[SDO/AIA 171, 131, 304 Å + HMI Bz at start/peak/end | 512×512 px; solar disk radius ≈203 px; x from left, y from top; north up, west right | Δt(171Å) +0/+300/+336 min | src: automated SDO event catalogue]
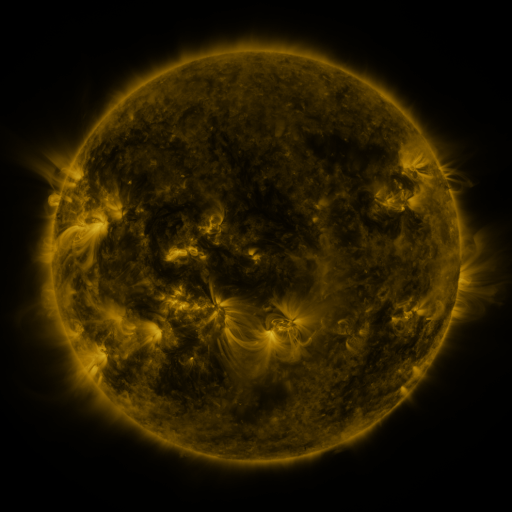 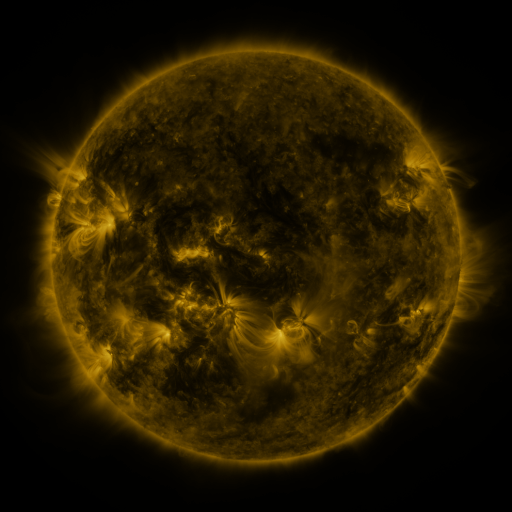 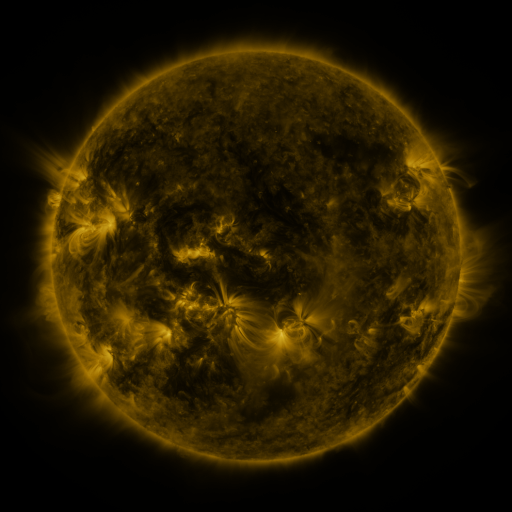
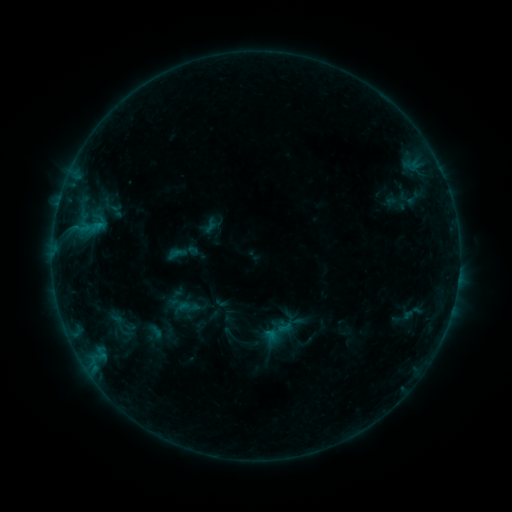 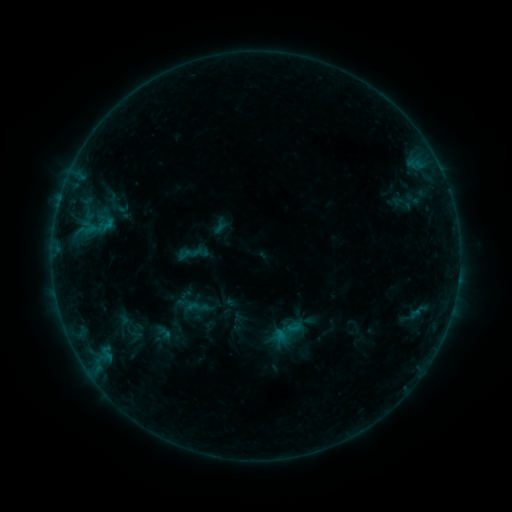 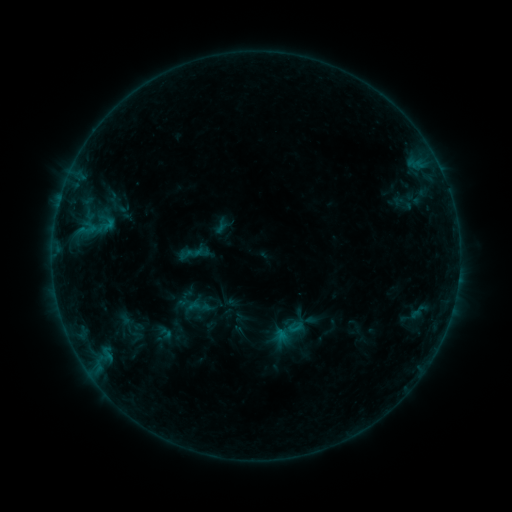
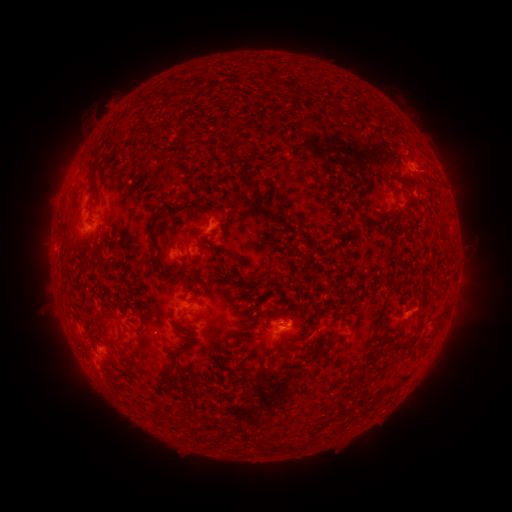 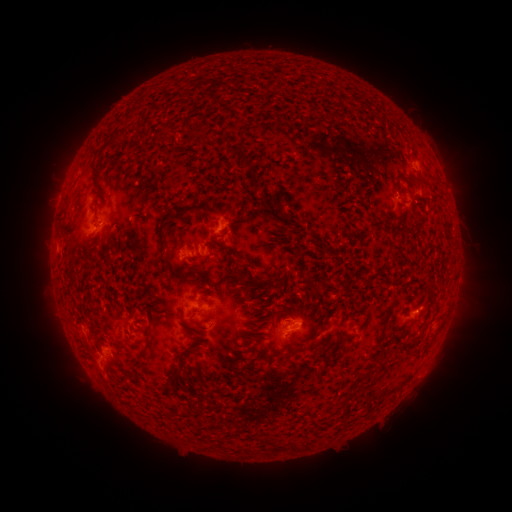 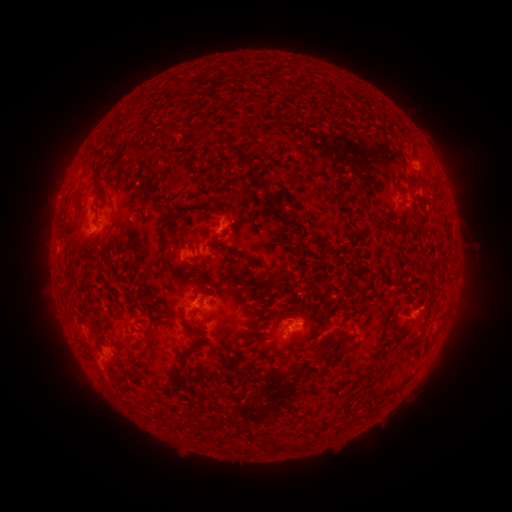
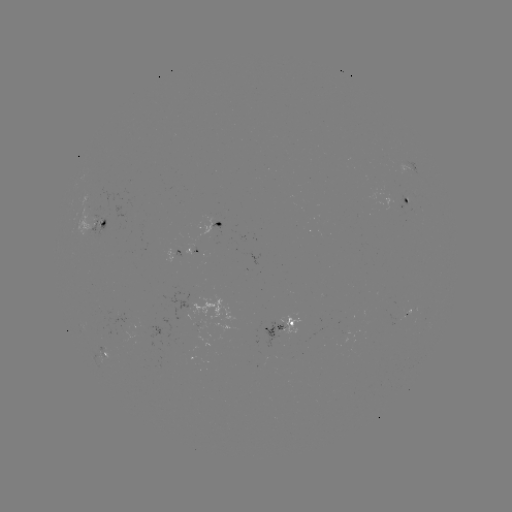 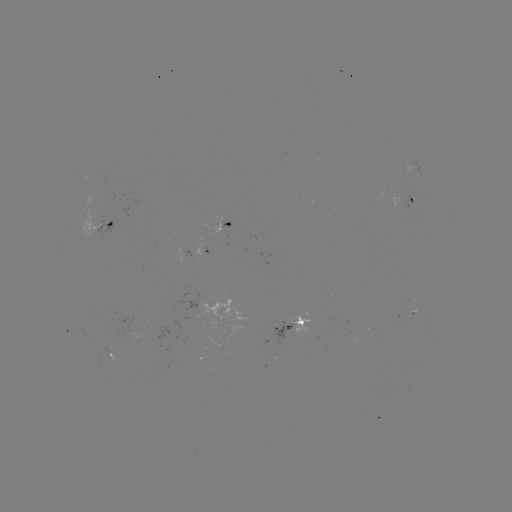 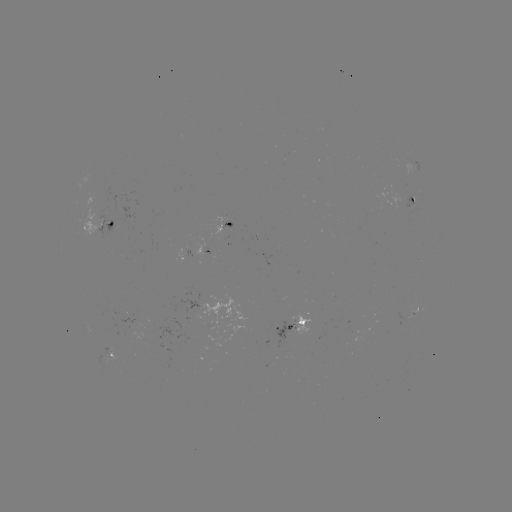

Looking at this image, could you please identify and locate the emerging-flux region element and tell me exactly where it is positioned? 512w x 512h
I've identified emerging-flux region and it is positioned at [221, 231].